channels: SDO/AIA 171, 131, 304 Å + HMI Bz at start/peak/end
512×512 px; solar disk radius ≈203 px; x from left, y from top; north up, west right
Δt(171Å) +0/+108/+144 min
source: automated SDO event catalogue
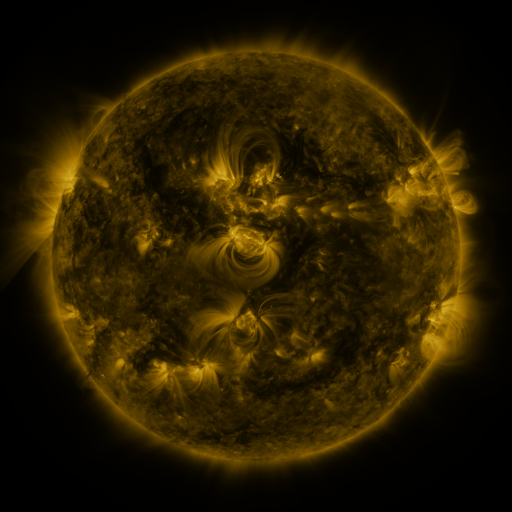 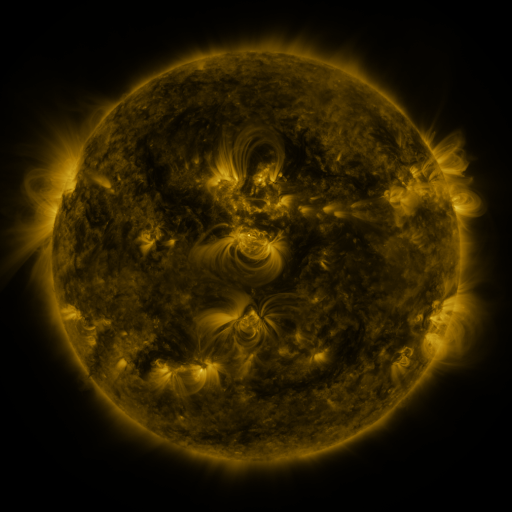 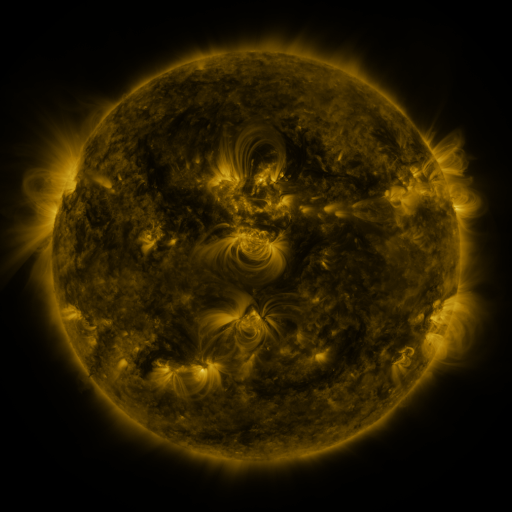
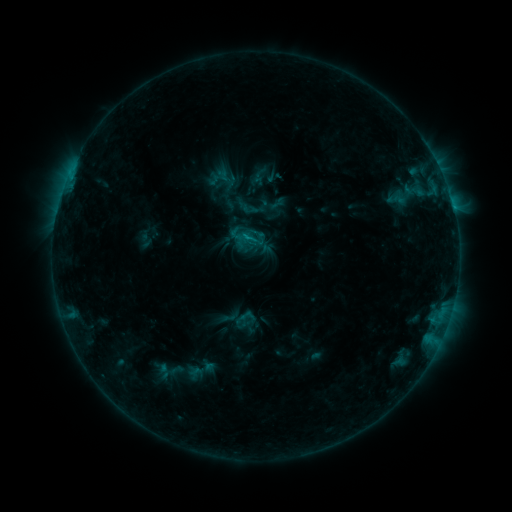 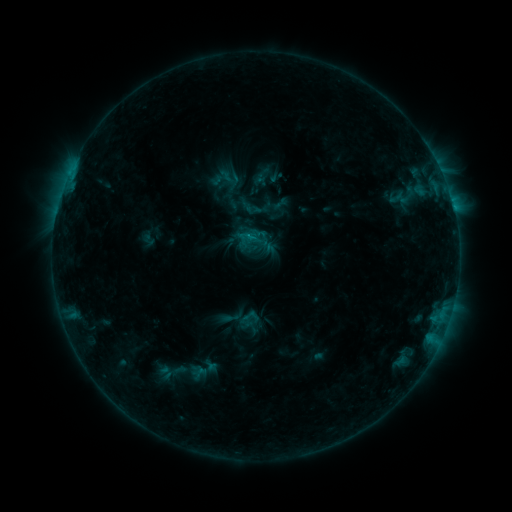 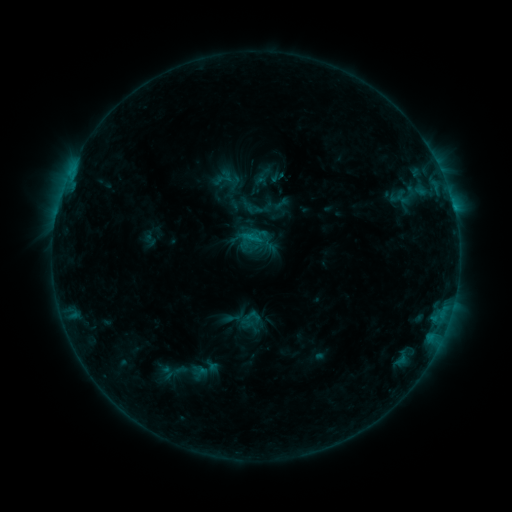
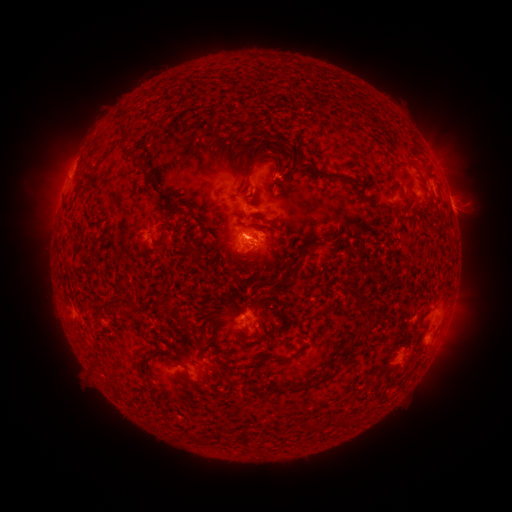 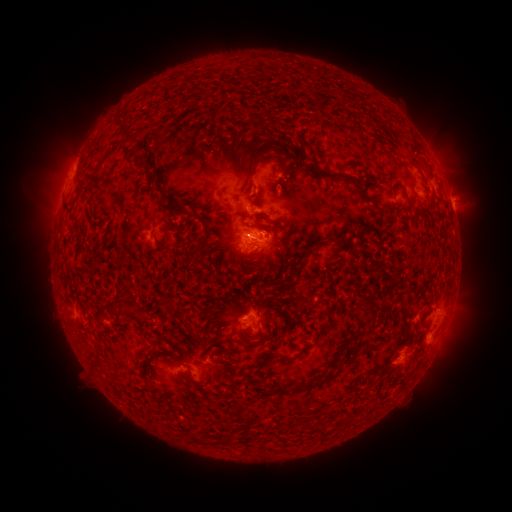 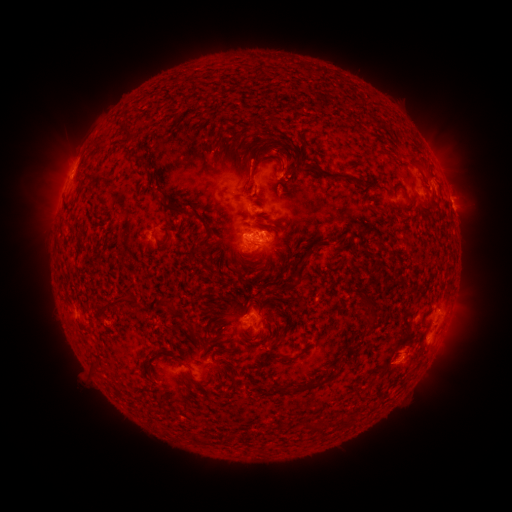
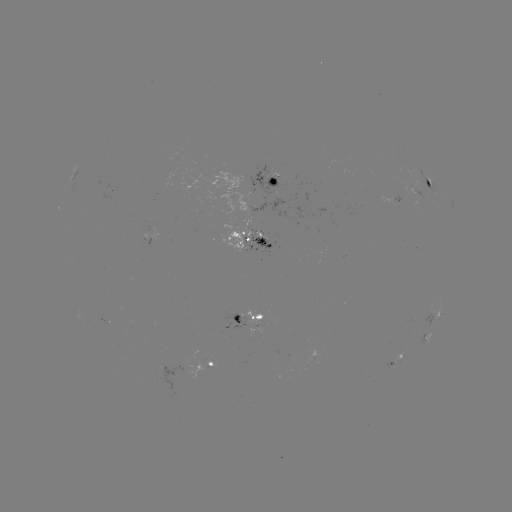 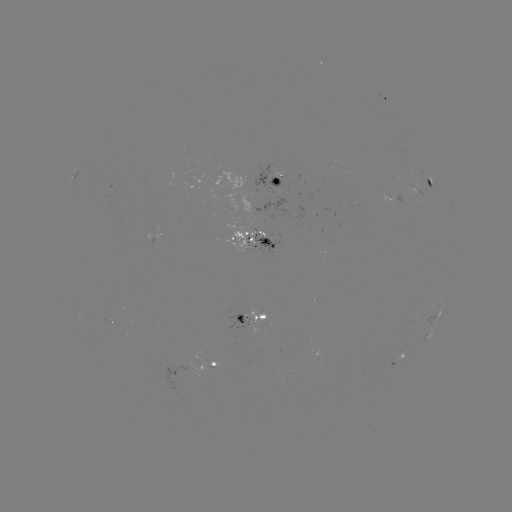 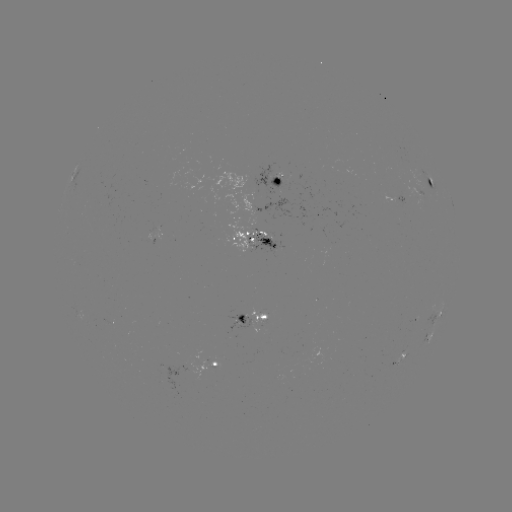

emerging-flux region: [244, 234, 275, 258]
